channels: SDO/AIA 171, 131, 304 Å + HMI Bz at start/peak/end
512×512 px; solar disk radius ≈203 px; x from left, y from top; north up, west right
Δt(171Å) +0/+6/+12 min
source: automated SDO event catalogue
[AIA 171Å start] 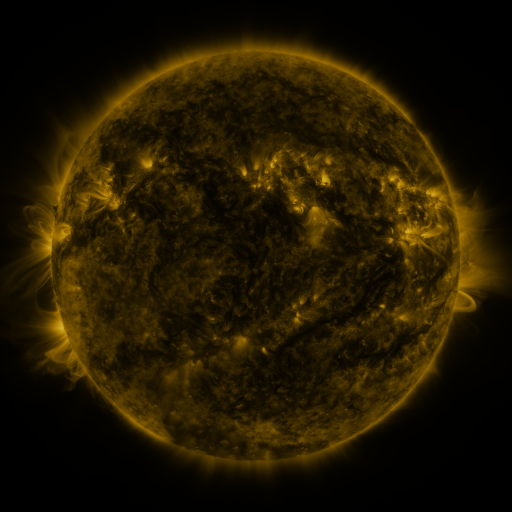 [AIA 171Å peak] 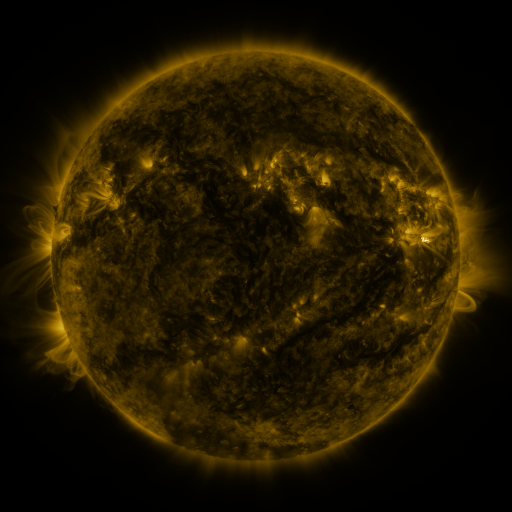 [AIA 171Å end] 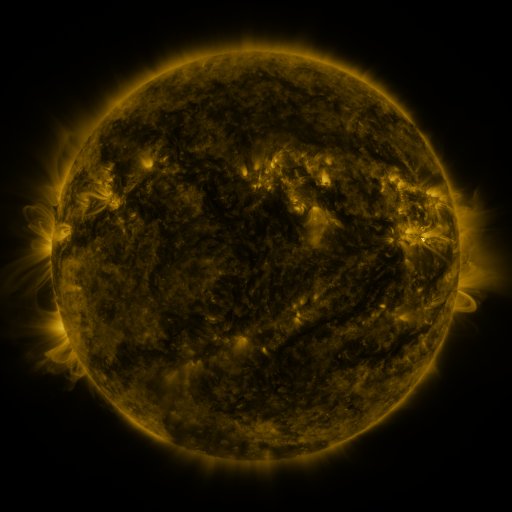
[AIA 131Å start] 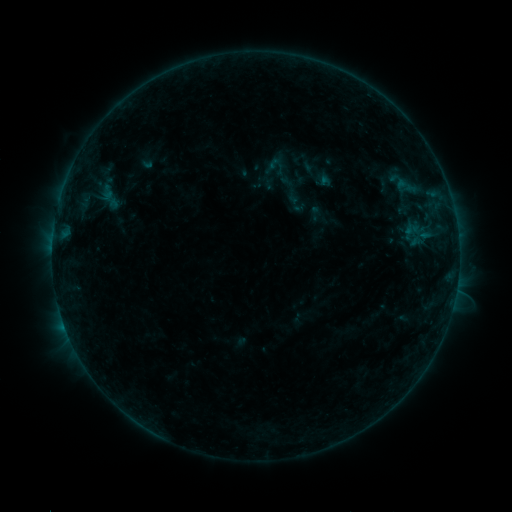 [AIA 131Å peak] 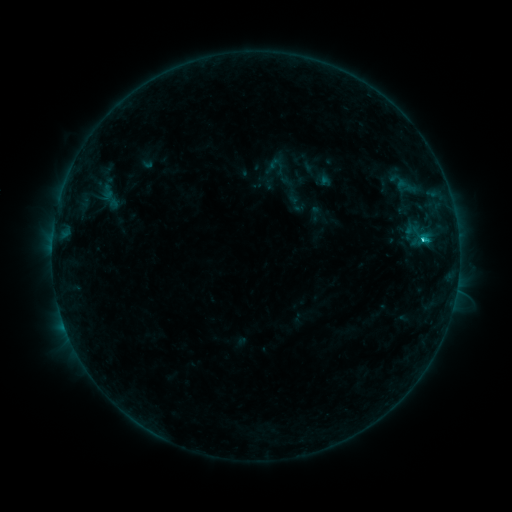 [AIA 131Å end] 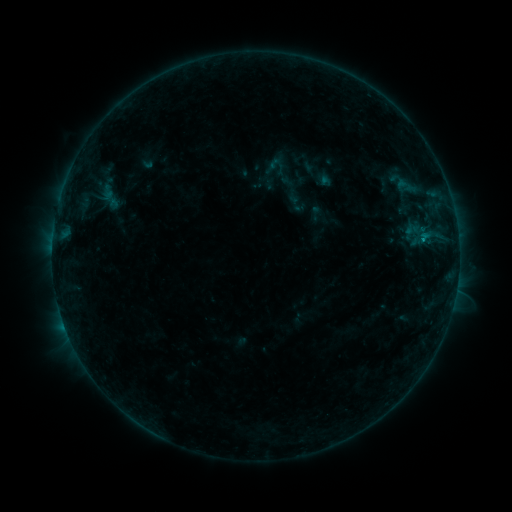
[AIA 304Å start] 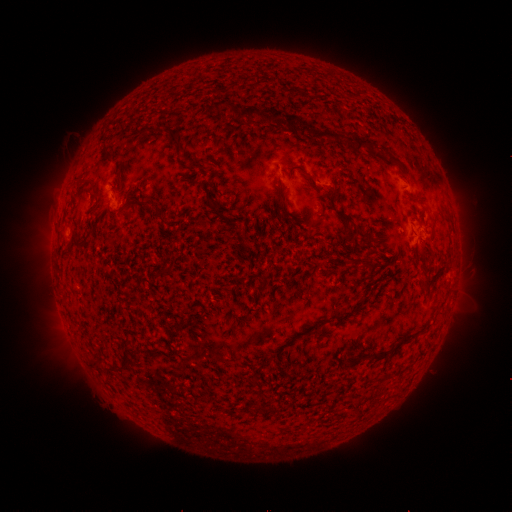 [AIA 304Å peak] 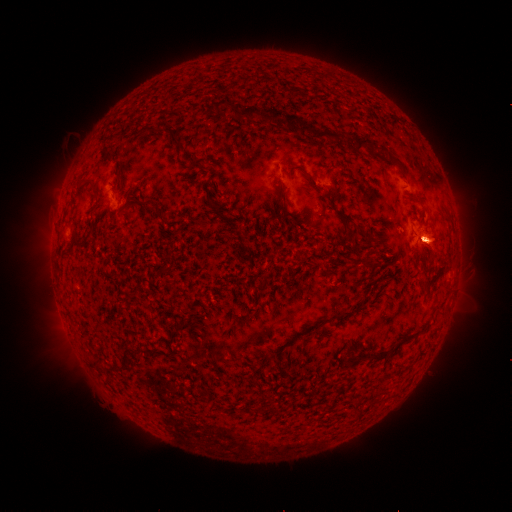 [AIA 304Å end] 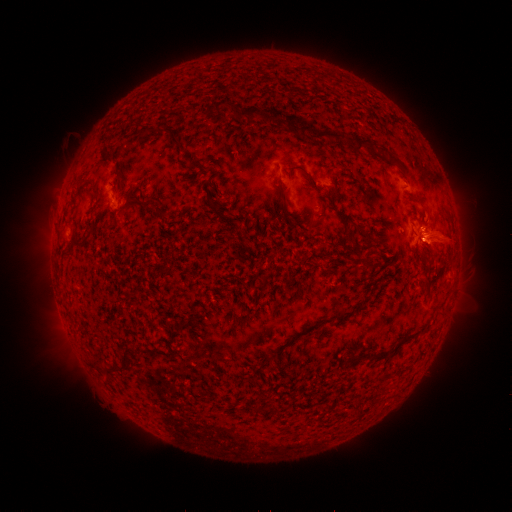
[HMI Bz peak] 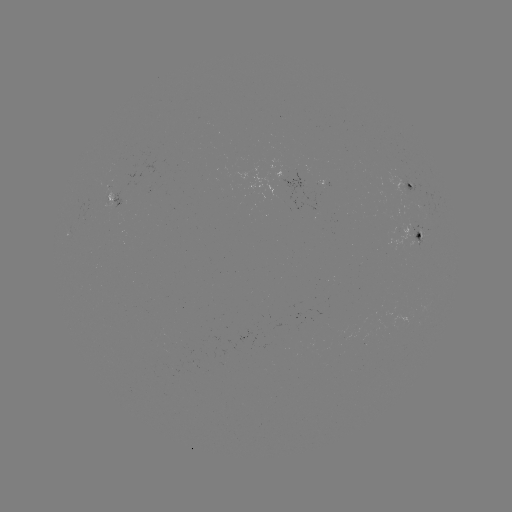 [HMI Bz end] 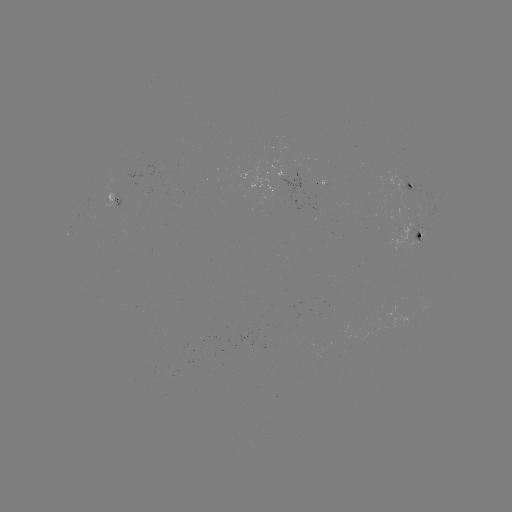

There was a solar eruption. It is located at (434, 238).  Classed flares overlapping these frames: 1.